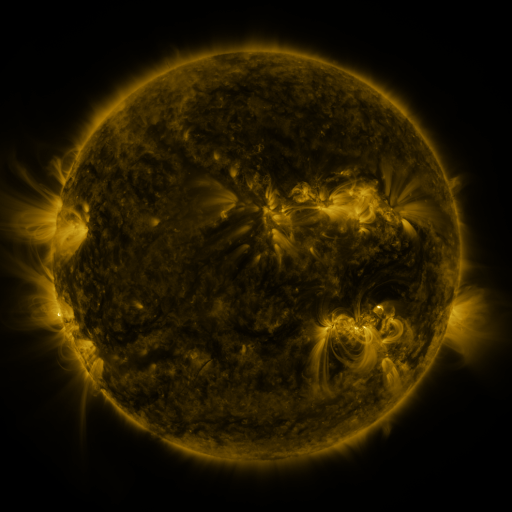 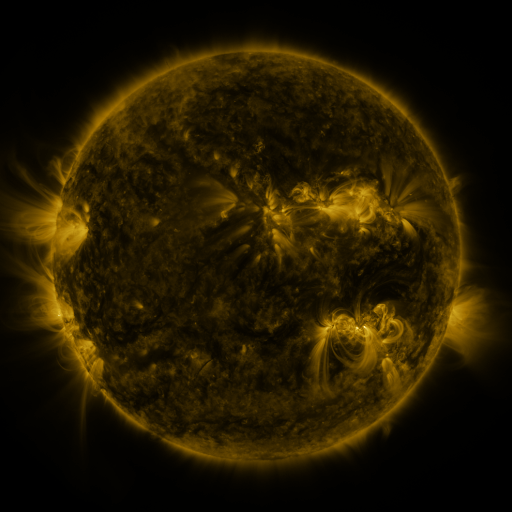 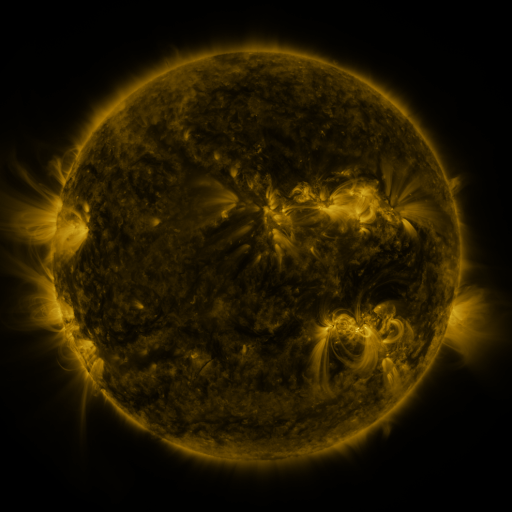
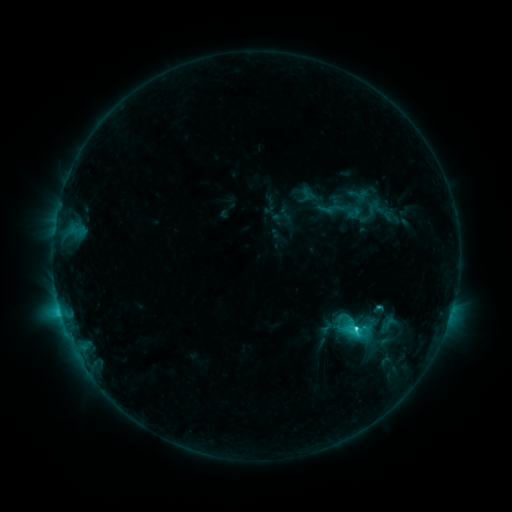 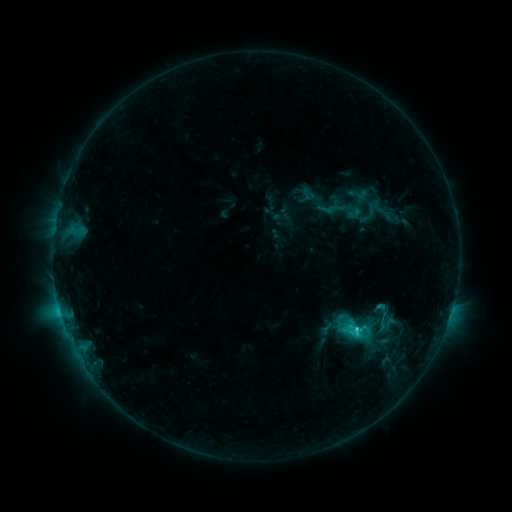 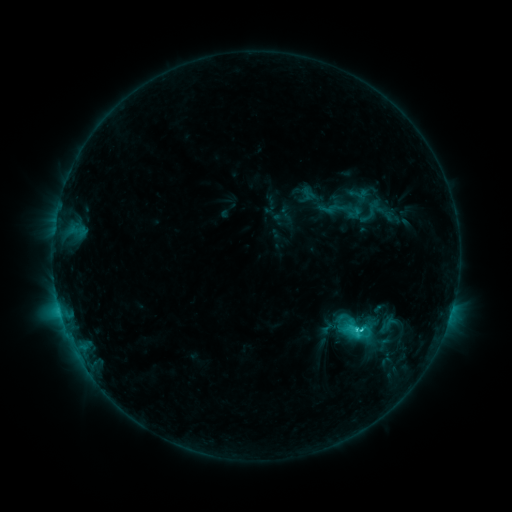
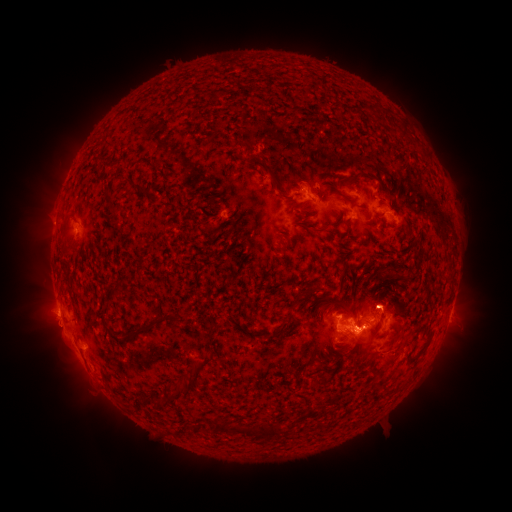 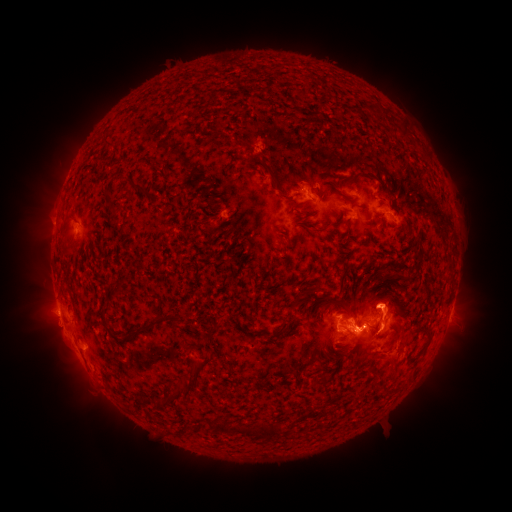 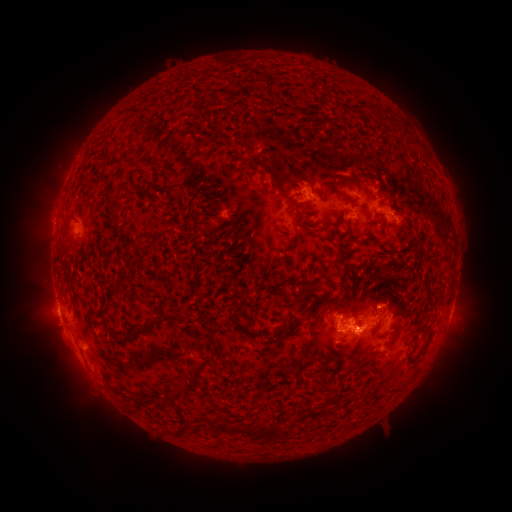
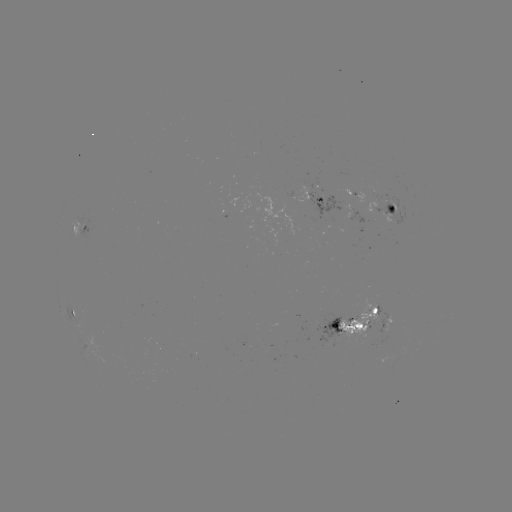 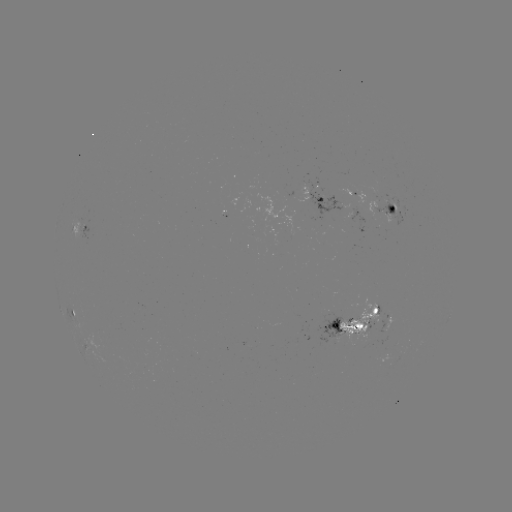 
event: eruption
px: (404, 354)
